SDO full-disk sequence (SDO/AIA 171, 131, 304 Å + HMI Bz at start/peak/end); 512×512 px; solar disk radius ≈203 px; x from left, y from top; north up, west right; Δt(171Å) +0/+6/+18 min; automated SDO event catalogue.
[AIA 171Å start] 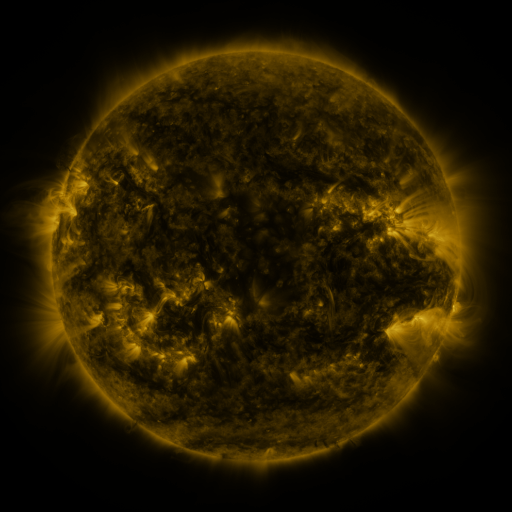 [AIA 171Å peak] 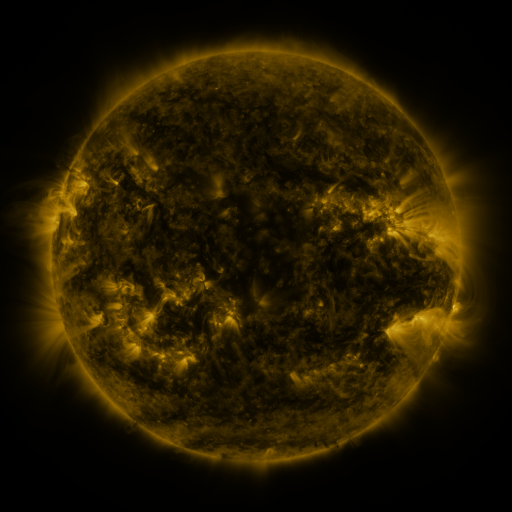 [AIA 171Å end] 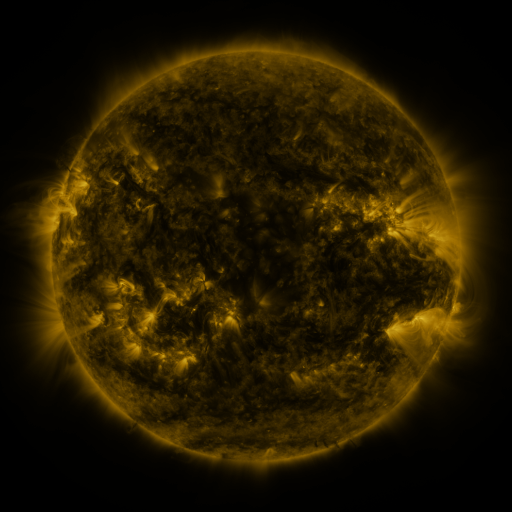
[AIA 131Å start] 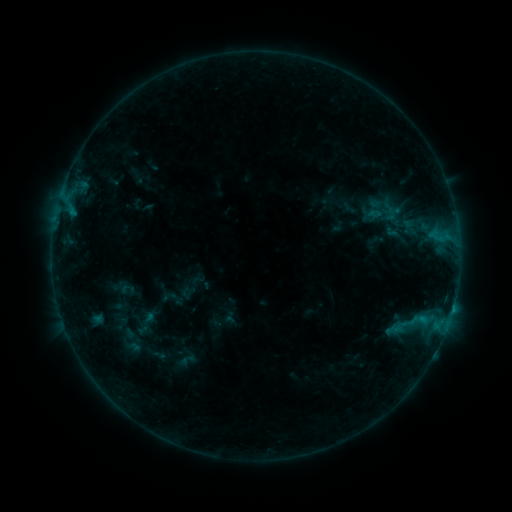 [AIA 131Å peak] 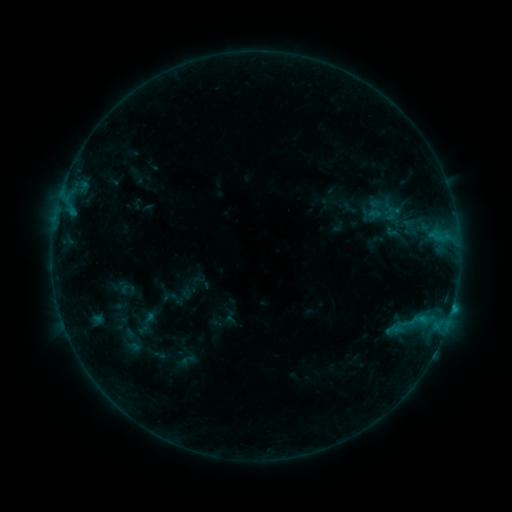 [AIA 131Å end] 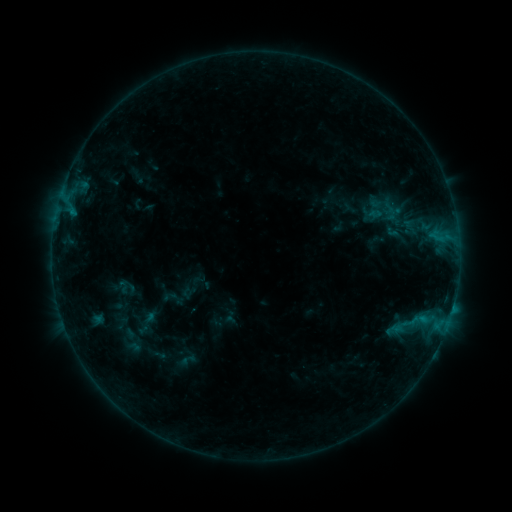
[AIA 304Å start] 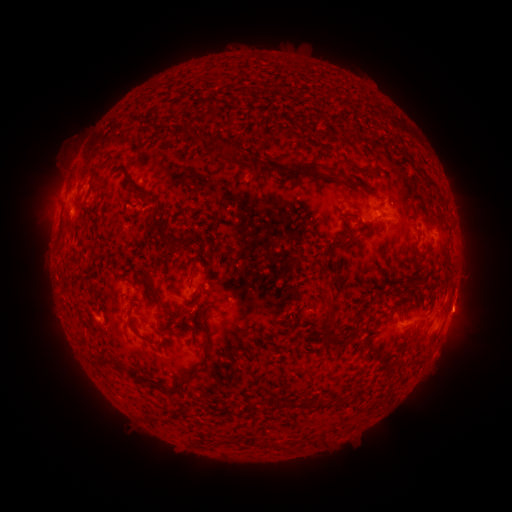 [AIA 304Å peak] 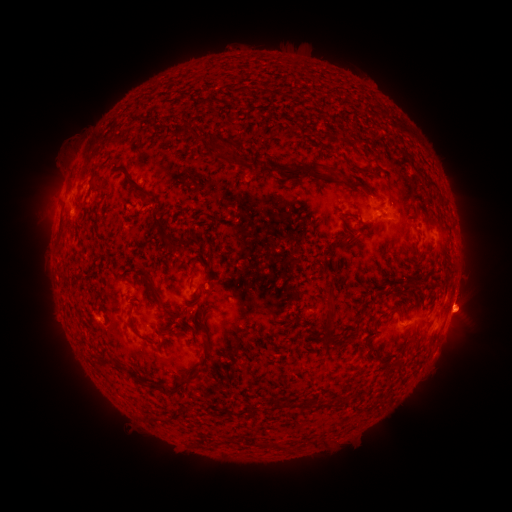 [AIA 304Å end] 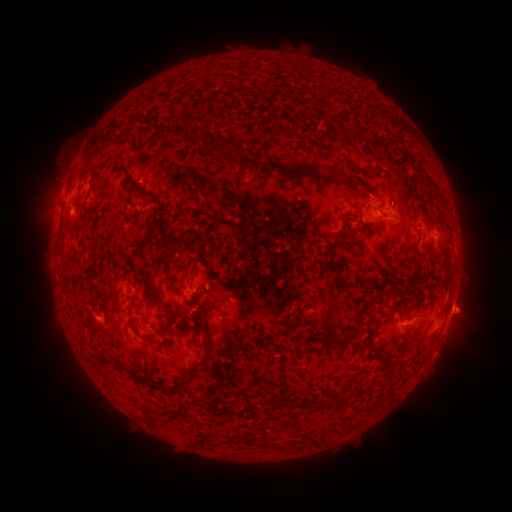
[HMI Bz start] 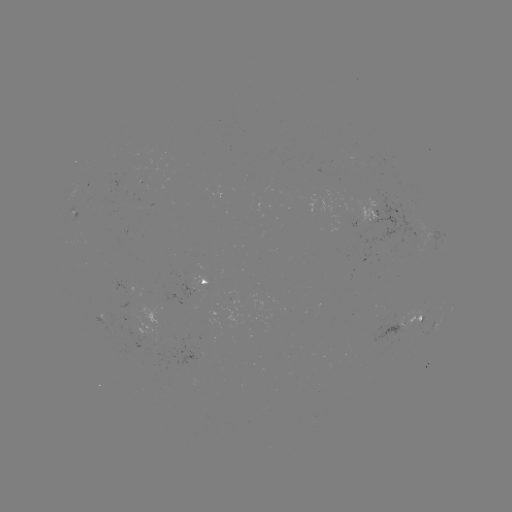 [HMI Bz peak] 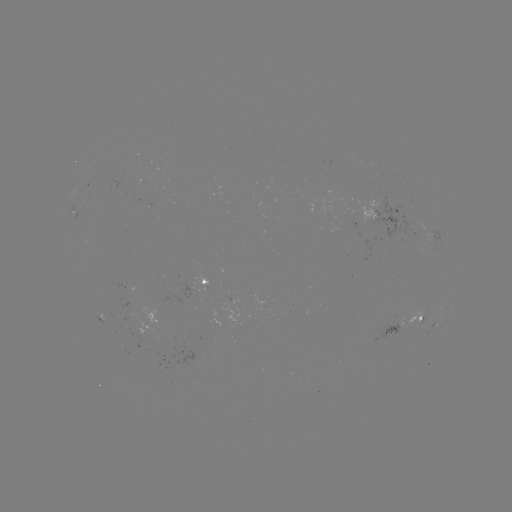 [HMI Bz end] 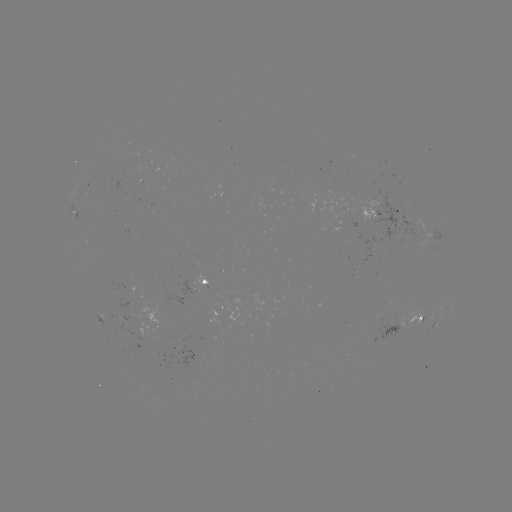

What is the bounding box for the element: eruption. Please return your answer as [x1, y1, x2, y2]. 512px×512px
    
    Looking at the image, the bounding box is [441, 261, 498, 343].